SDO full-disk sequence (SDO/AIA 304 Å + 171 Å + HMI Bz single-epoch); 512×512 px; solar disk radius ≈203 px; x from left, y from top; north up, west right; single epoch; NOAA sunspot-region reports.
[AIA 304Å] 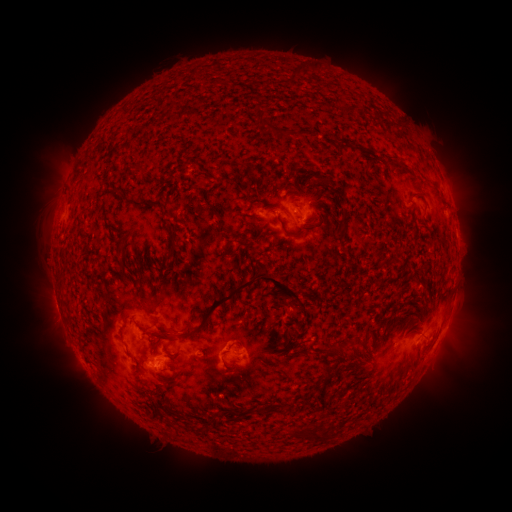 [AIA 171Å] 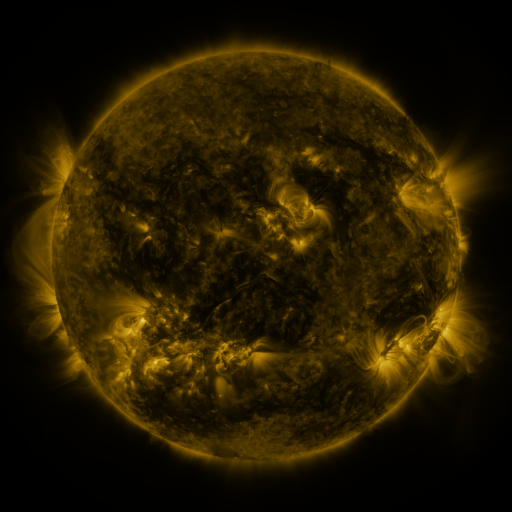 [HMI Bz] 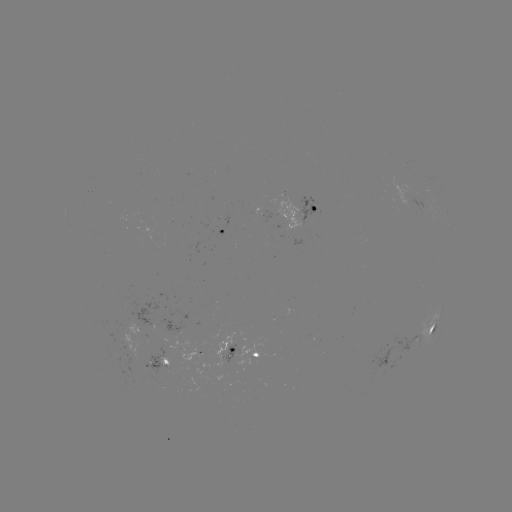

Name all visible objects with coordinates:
spotted active region: (306, 213)
spotted active region: (224, 231)
spotted active region: (449, 318)
spotted active region: (135, 328)
spotted active region: (431, 330)
spotted active region: (249, 352)
spotted active region: (197, 354)
spotted active region: (159, 364)
